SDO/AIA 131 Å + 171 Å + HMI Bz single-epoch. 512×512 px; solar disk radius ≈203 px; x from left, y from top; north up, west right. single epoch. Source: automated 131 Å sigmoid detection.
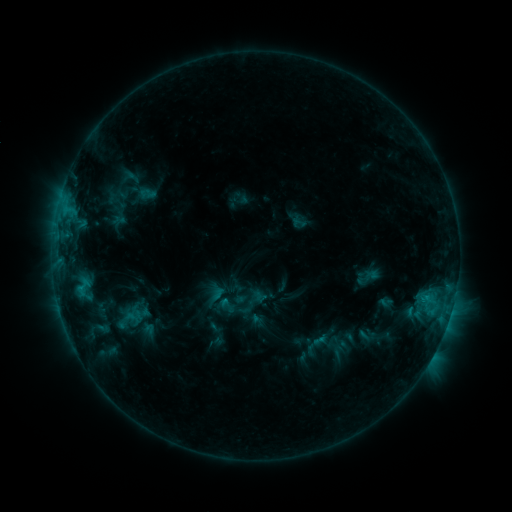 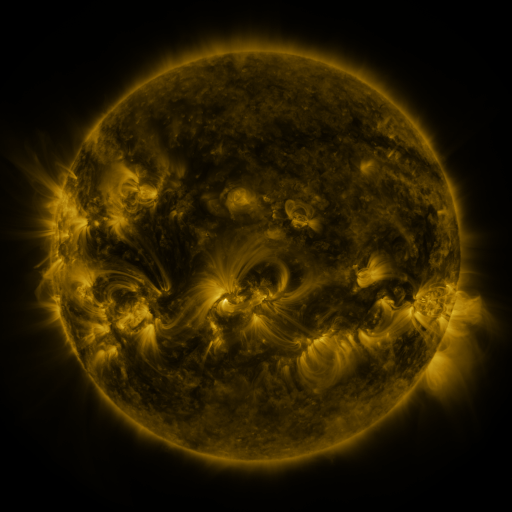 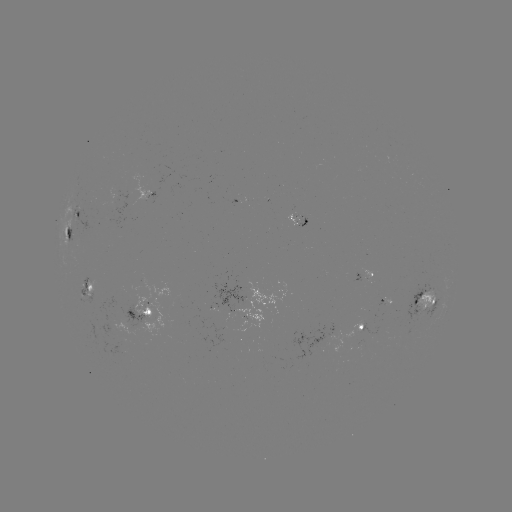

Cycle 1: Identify sigmoid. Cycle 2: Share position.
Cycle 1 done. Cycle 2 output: (227, 305).